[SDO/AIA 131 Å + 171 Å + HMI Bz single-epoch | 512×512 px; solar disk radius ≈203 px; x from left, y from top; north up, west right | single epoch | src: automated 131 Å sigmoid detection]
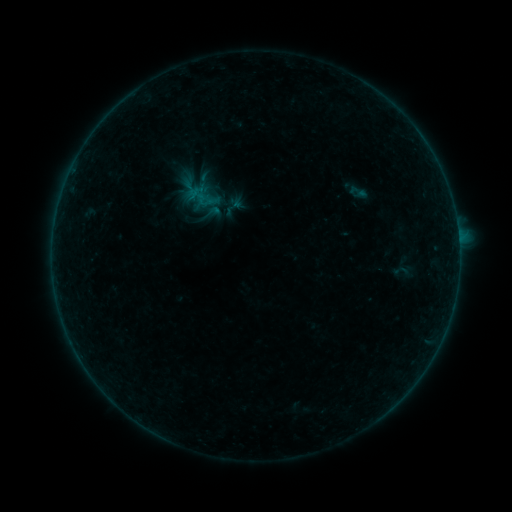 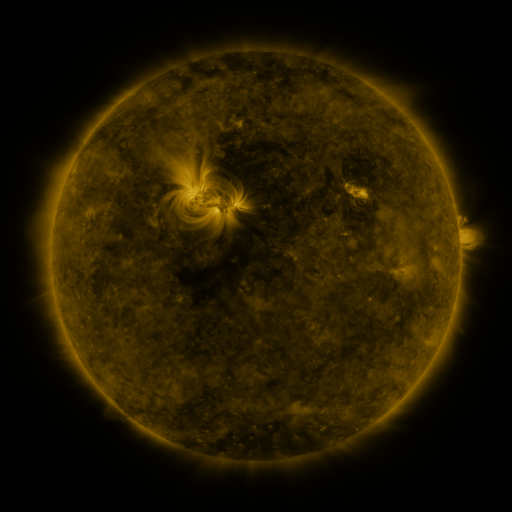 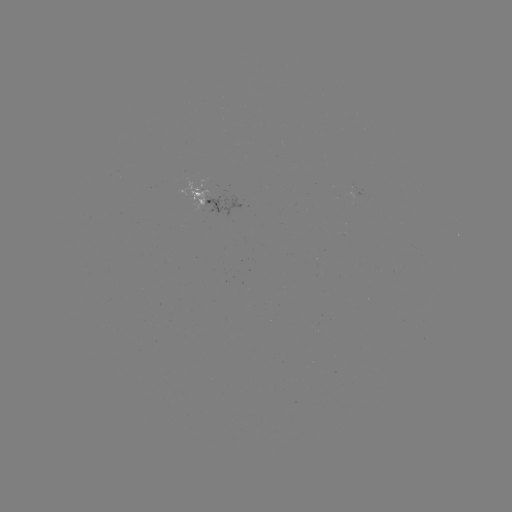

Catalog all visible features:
sigmoid: (345, 182, 371, 202)
